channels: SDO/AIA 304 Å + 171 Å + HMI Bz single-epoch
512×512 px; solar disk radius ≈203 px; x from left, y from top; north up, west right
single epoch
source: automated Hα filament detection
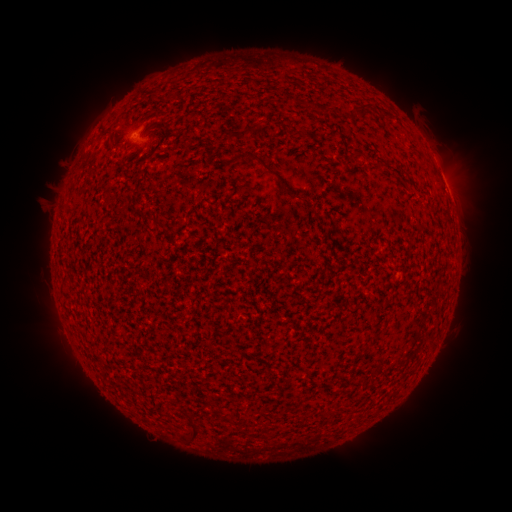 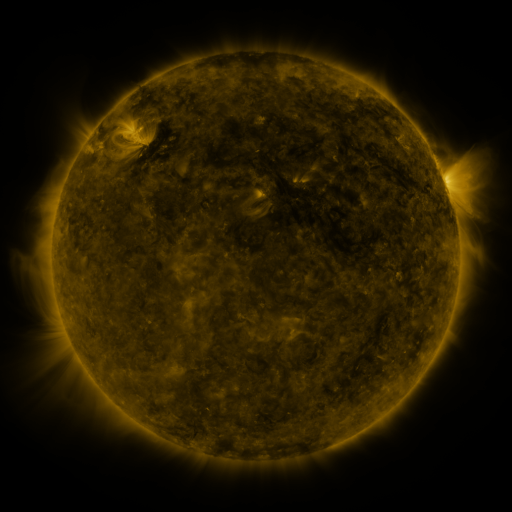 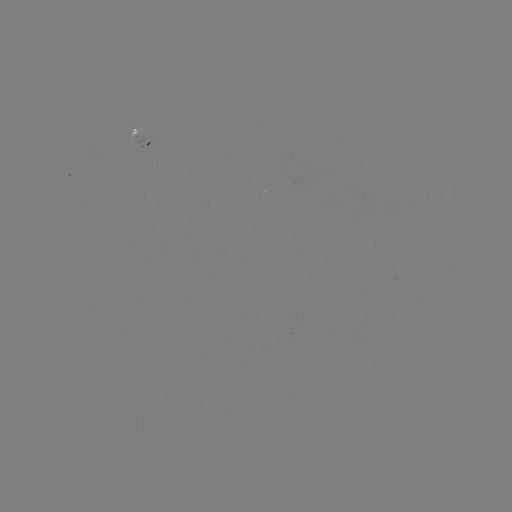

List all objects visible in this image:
filament: [148, 88, 162, 98]
filament: [357, 104, 366, 117]
filament: [147, 123, 158, 132]
filament: [225, 127, 253, 143]
filament: [106, 138, 115, 148]
filament: [245, 154, 289, 195]
filament: [199, 196, 211, 206]
filament: [179, 410, 203, 443]
